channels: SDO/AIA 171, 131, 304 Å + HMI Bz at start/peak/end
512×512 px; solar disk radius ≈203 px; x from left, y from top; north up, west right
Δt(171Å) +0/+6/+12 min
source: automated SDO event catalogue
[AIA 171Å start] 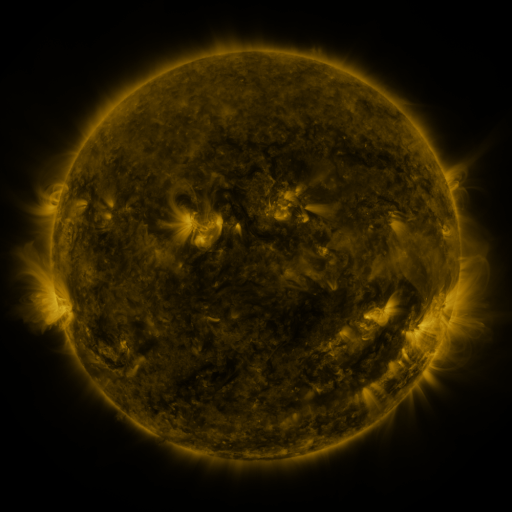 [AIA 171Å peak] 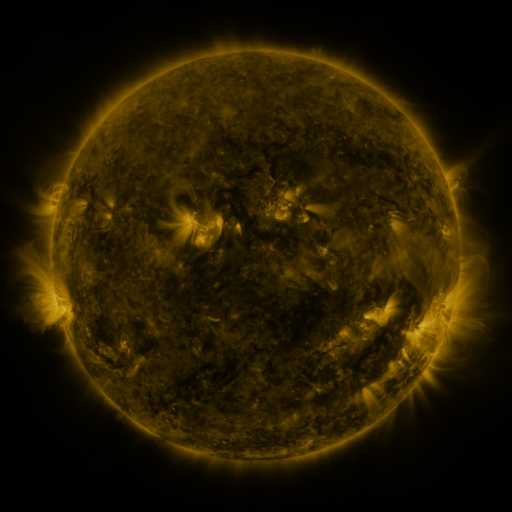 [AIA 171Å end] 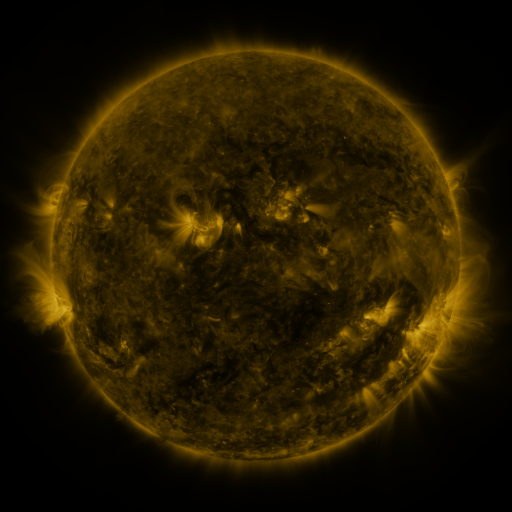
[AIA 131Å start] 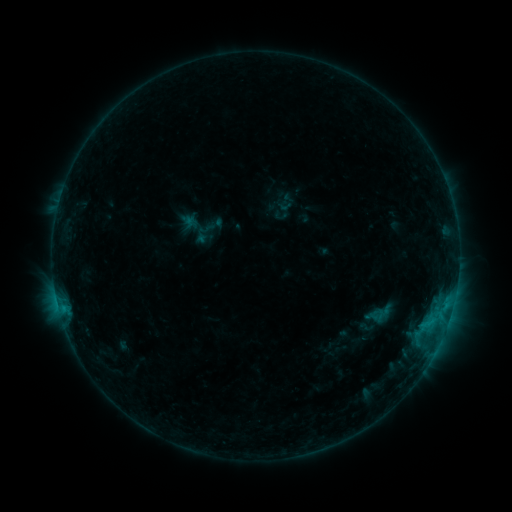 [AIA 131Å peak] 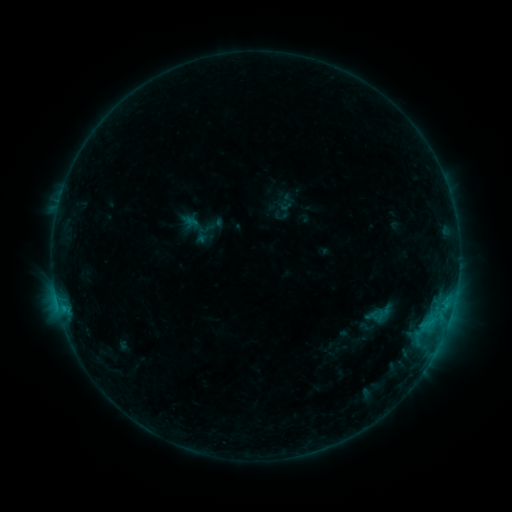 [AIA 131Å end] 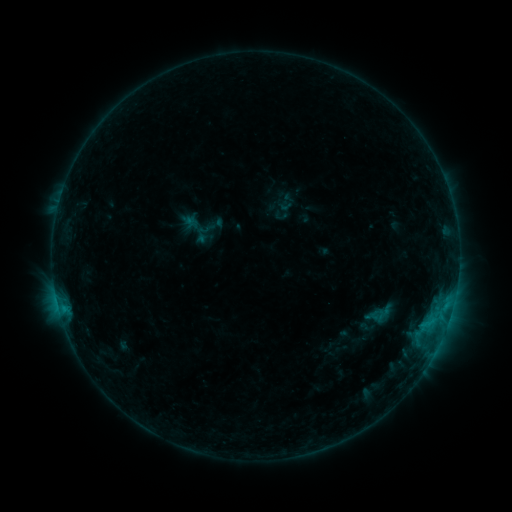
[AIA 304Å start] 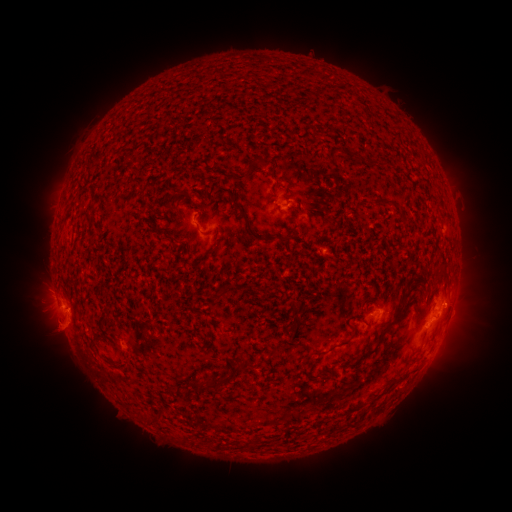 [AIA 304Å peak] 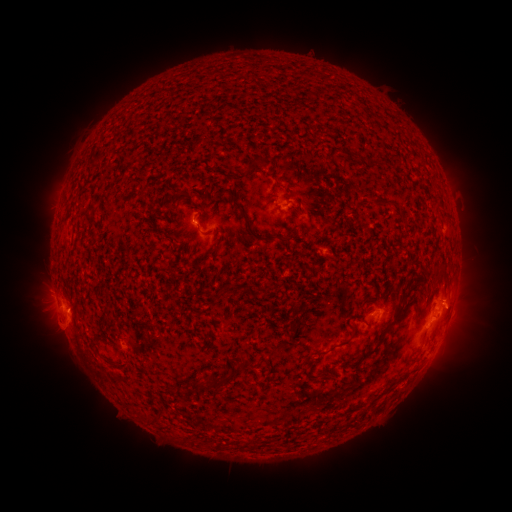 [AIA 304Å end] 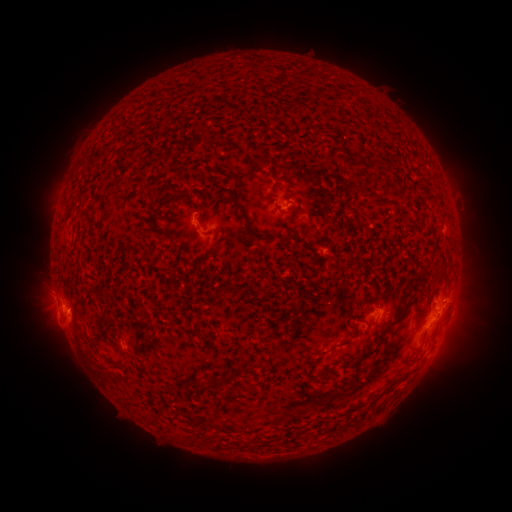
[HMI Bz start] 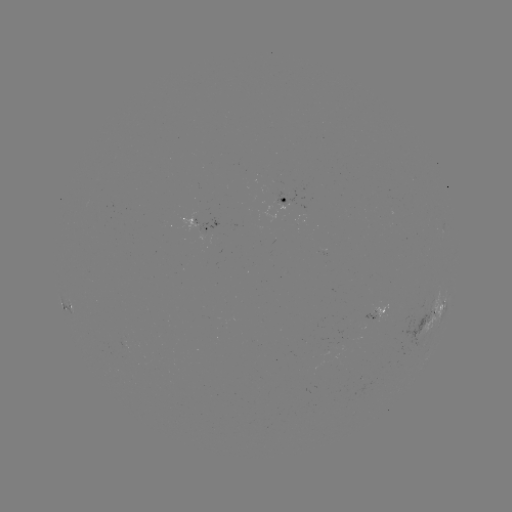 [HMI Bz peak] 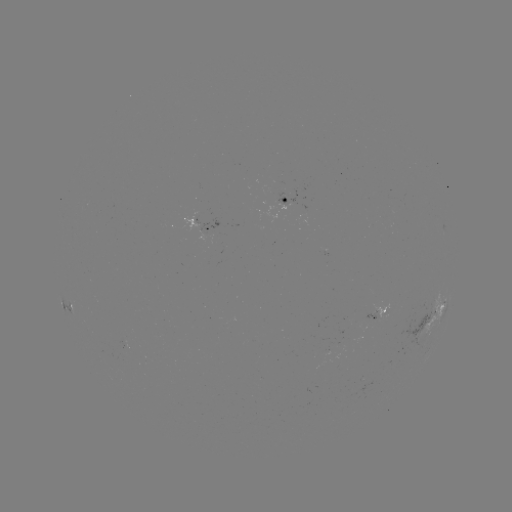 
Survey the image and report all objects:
eruption: (462, 307)
